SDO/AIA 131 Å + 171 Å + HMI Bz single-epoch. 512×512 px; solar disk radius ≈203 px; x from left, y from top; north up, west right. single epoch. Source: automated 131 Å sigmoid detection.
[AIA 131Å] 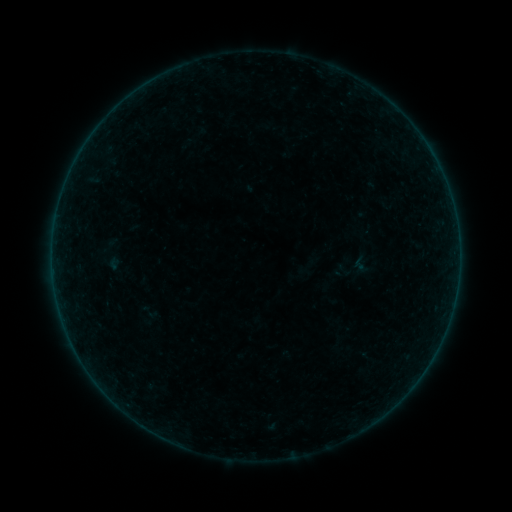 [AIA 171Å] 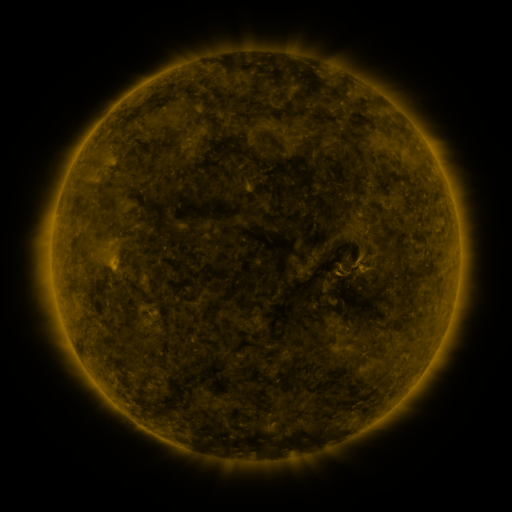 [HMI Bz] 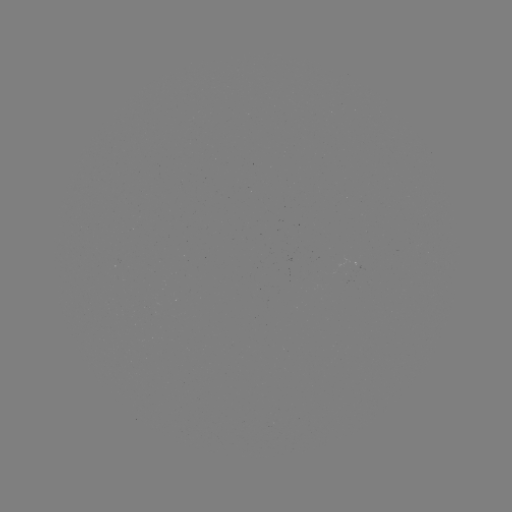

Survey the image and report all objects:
sigmoid: (351, 254, 368, 273)
sigmoid: (134, 302, 163, 323)
